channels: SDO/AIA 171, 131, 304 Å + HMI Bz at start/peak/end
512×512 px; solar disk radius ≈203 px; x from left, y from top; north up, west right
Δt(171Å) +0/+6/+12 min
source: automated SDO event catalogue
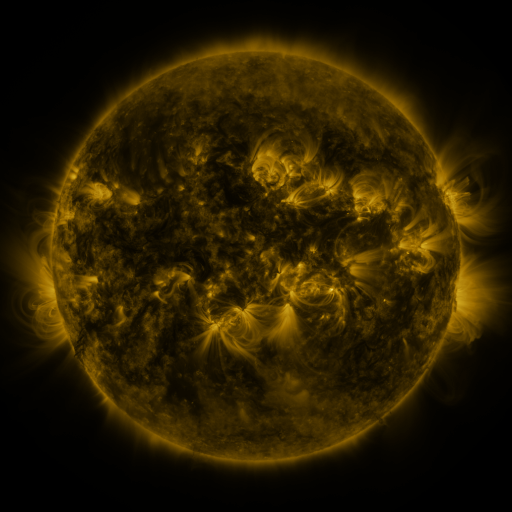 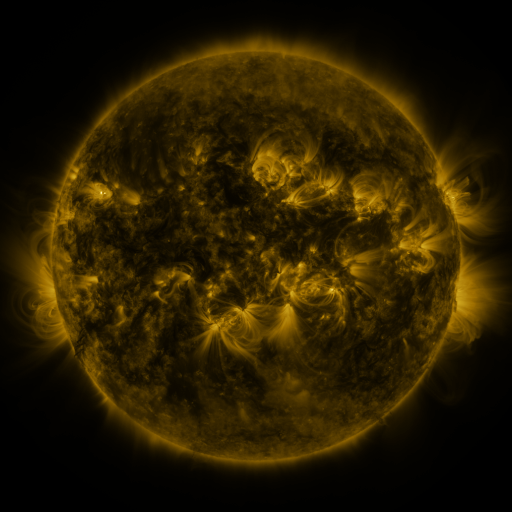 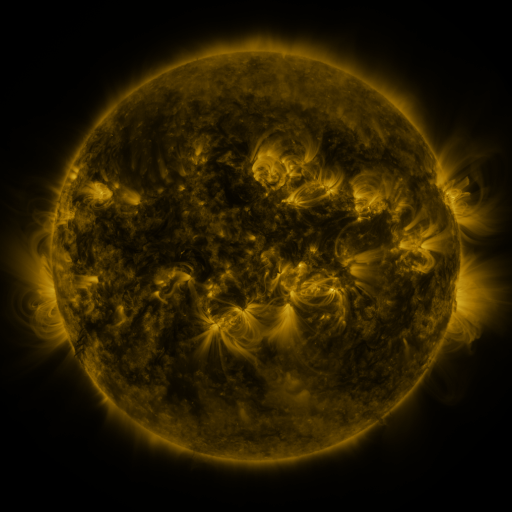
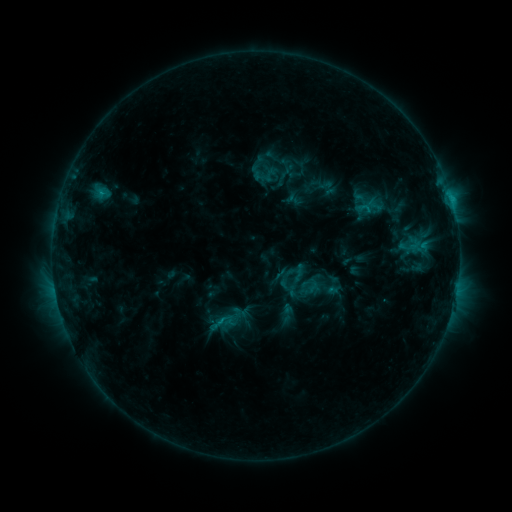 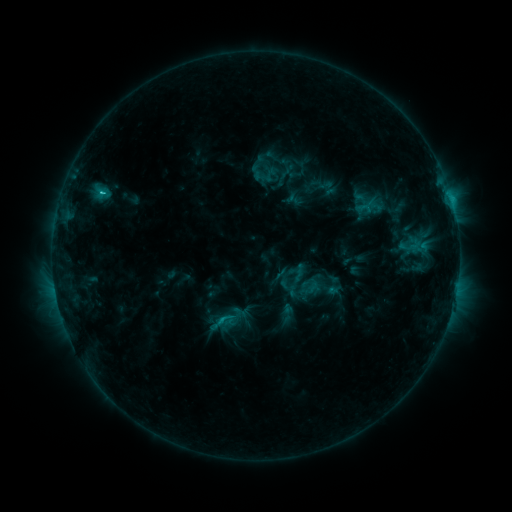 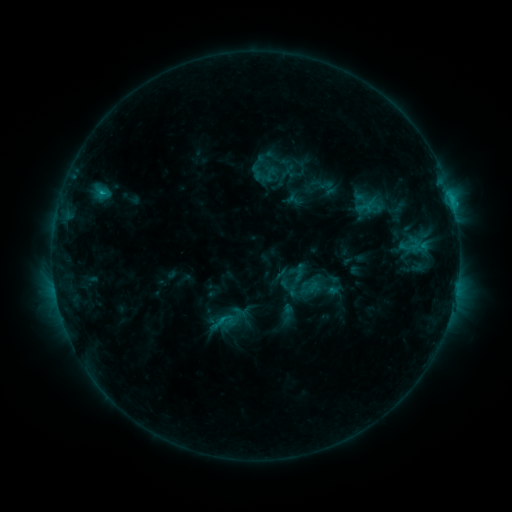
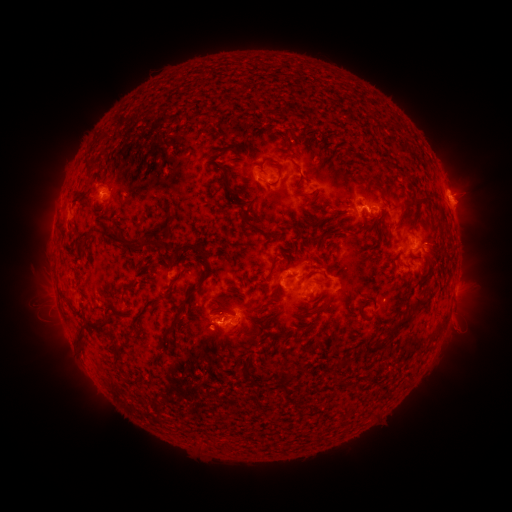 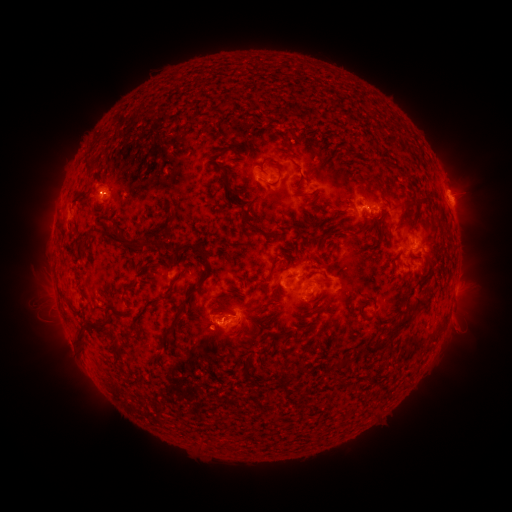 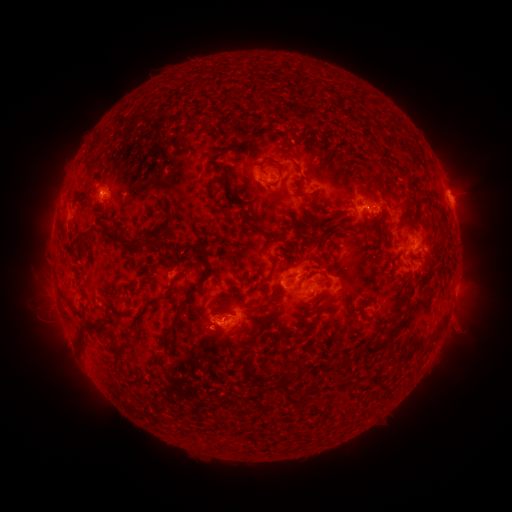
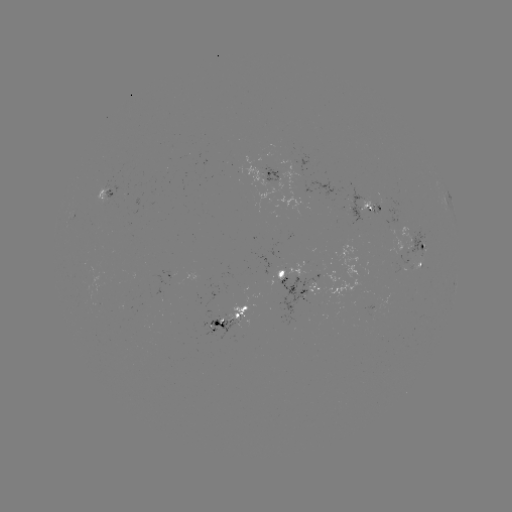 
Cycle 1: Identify C1.8 flare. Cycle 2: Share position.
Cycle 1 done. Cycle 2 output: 451,202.